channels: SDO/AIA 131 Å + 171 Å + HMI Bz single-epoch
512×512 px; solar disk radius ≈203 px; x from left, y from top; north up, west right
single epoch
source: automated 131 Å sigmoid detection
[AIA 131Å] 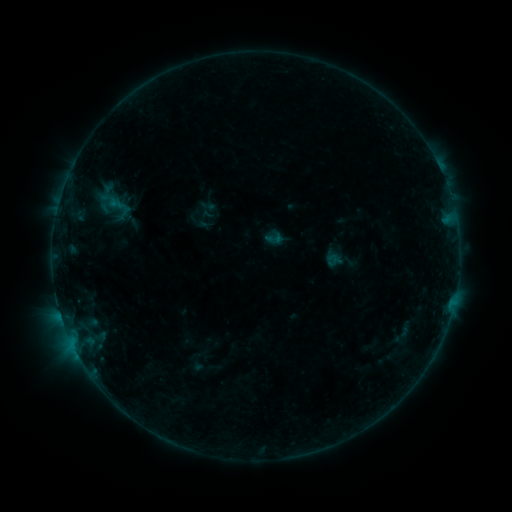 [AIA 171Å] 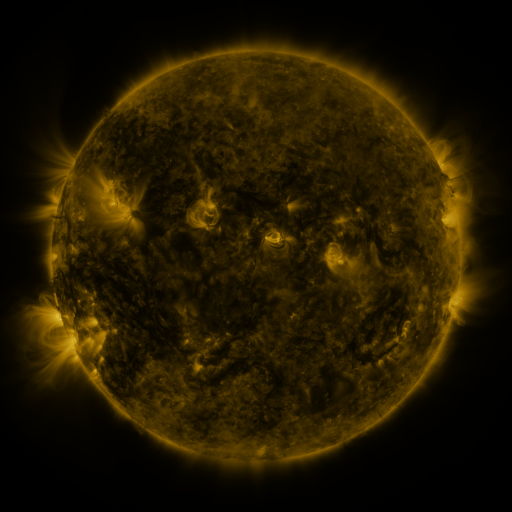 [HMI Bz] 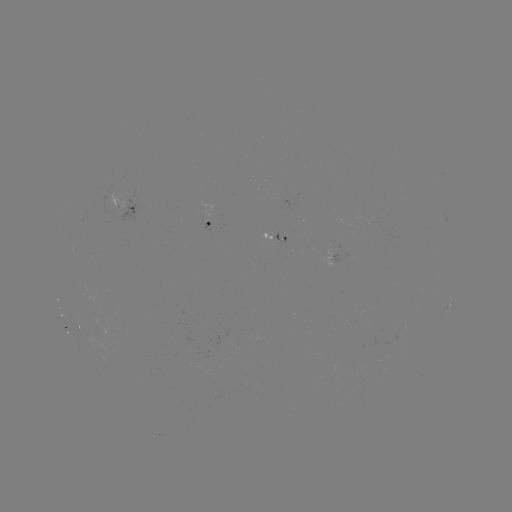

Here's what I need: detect sigmoid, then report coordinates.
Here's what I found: sigmoid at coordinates [273, 239].